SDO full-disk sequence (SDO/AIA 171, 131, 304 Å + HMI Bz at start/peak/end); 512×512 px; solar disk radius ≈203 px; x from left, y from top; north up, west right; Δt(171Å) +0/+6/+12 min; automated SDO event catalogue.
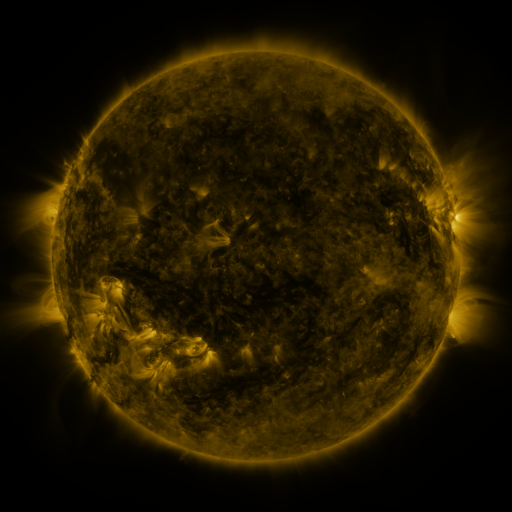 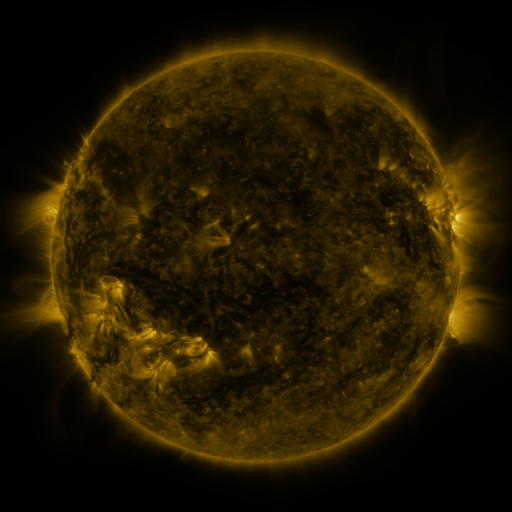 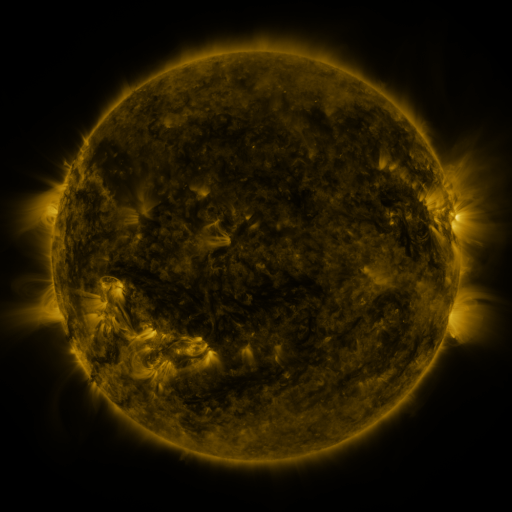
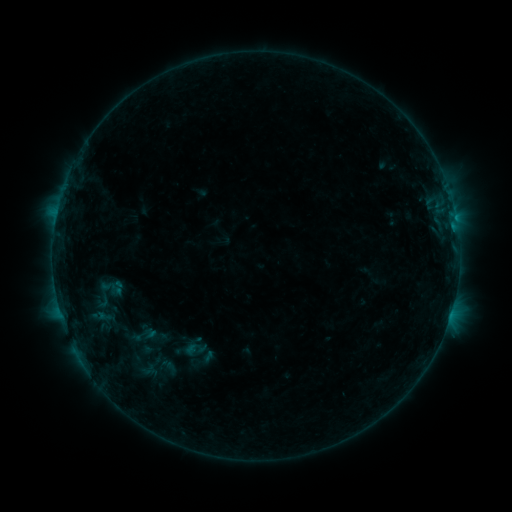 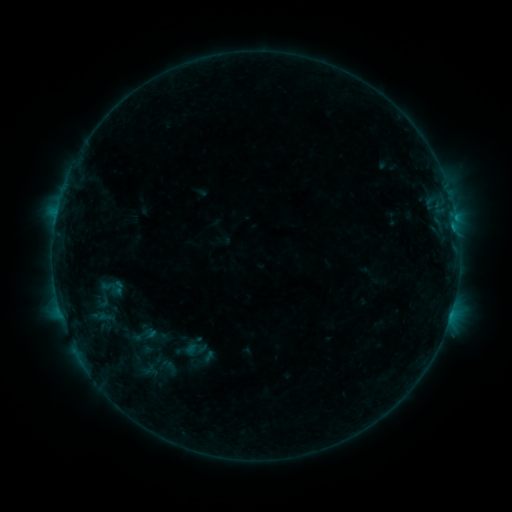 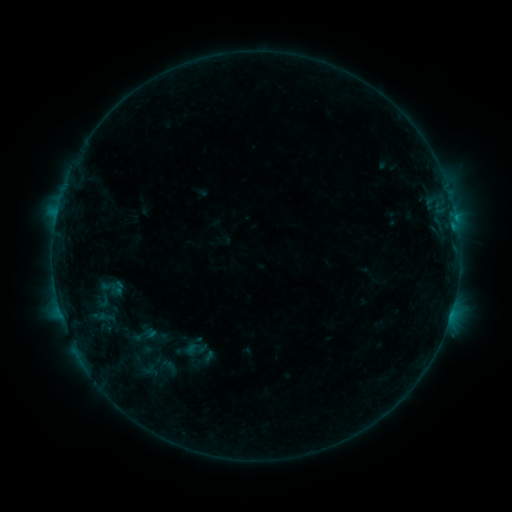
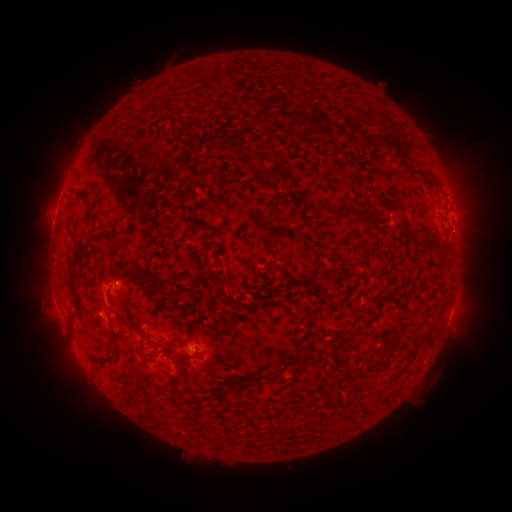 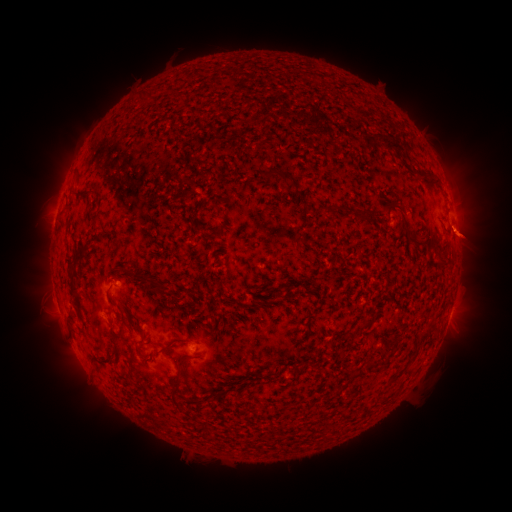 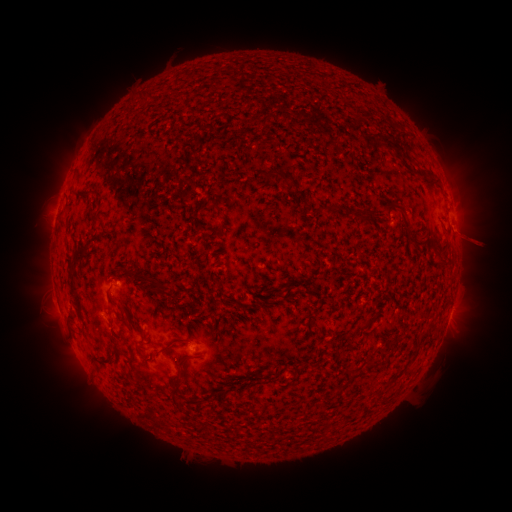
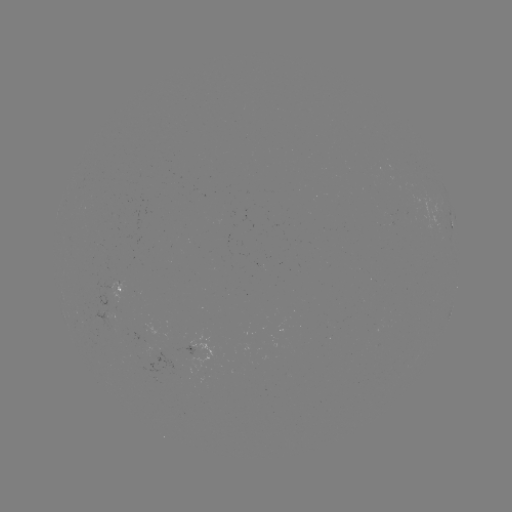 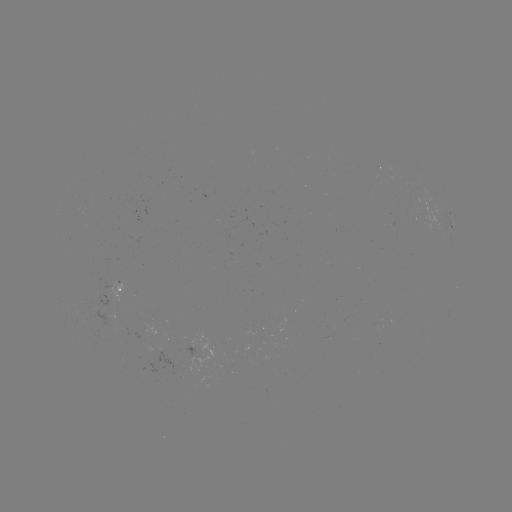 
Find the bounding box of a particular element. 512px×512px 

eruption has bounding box [445, 209, 500, 263].